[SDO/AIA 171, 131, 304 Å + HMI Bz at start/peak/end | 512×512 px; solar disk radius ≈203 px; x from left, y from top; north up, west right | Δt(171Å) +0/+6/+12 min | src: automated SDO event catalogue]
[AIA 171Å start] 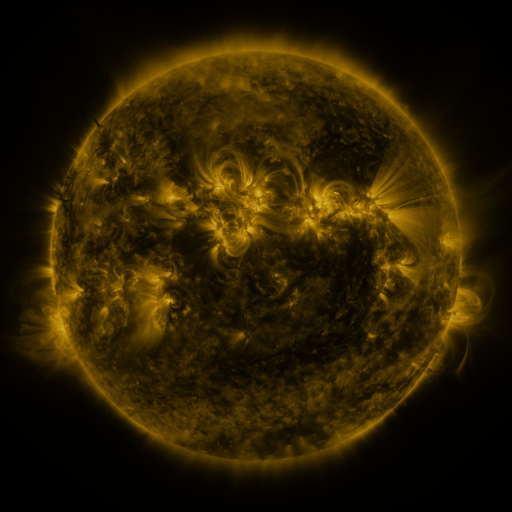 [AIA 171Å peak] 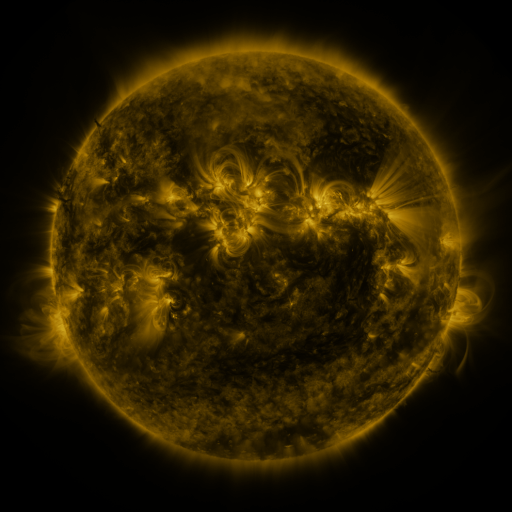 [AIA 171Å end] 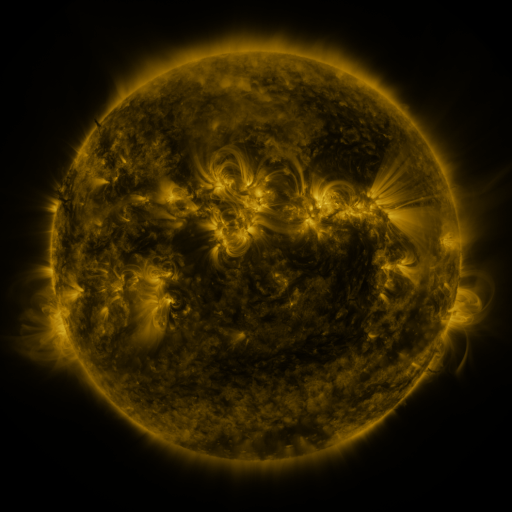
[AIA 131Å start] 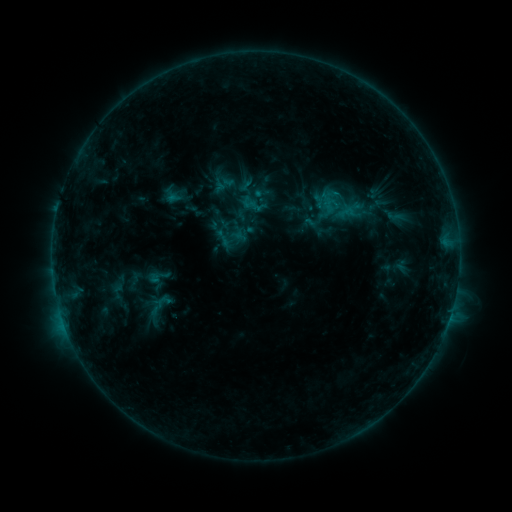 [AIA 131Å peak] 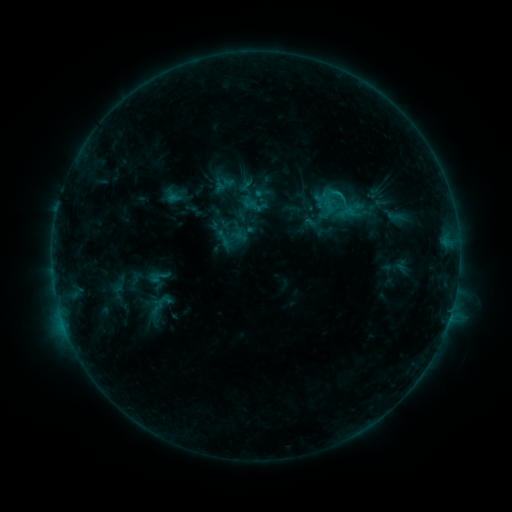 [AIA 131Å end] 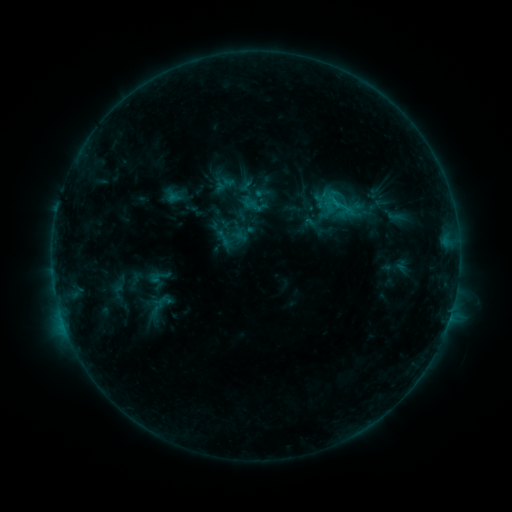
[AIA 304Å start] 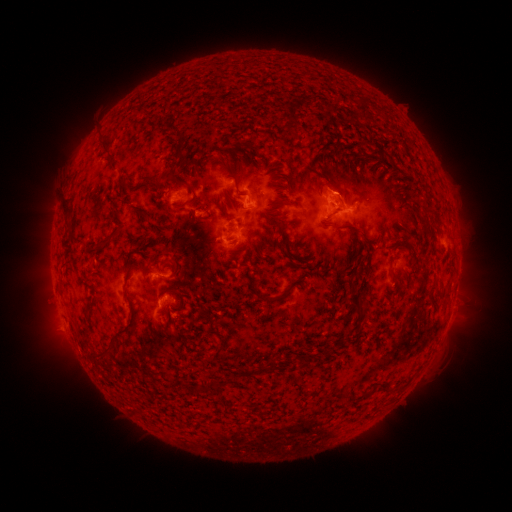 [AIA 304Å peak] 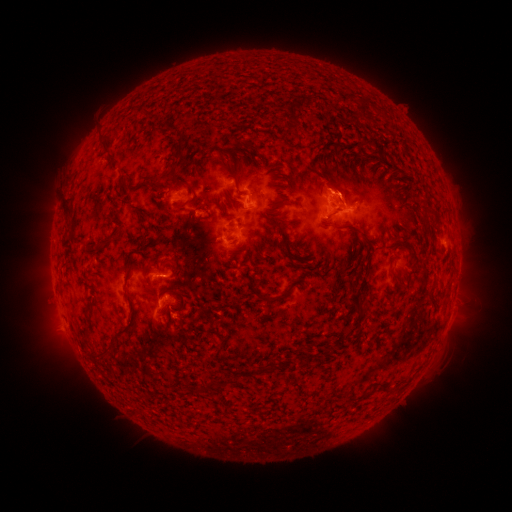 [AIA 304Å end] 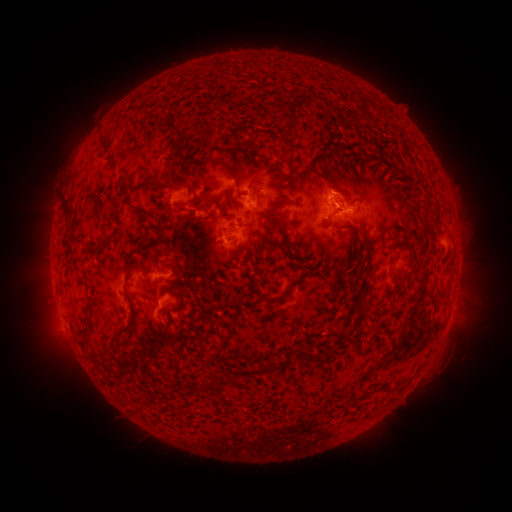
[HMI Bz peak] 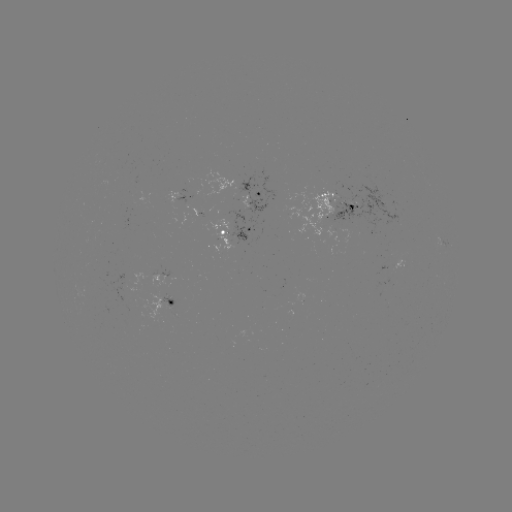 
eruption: <bbox>292, 160, 371, 211</bbox>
